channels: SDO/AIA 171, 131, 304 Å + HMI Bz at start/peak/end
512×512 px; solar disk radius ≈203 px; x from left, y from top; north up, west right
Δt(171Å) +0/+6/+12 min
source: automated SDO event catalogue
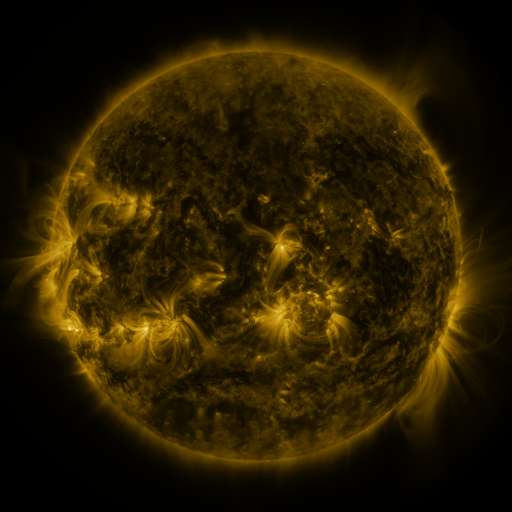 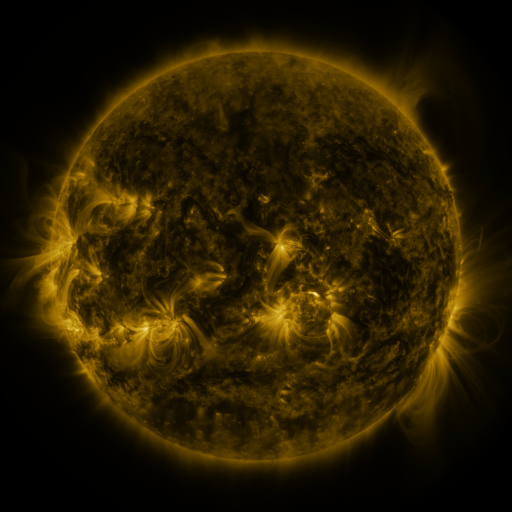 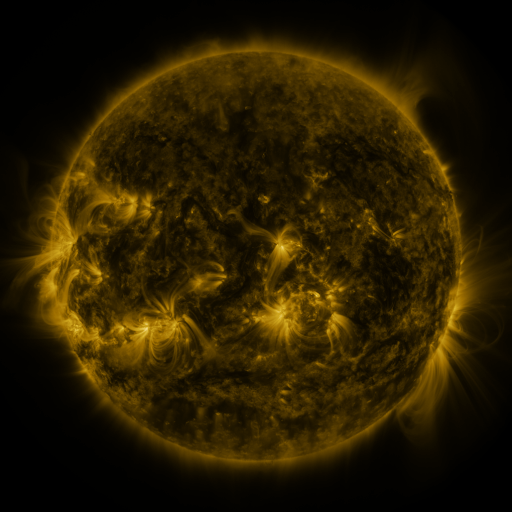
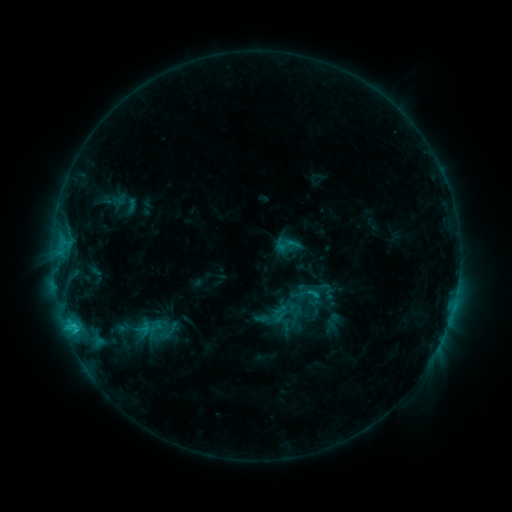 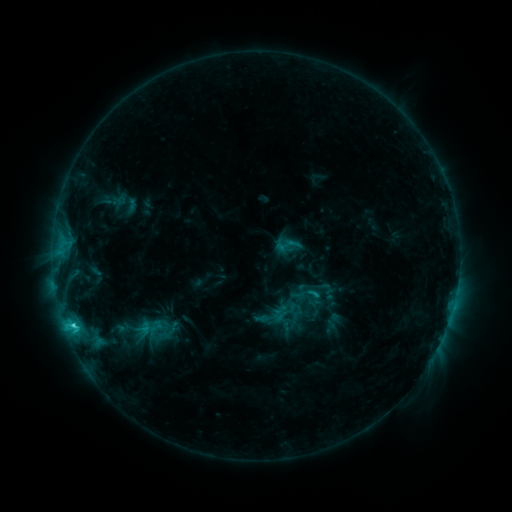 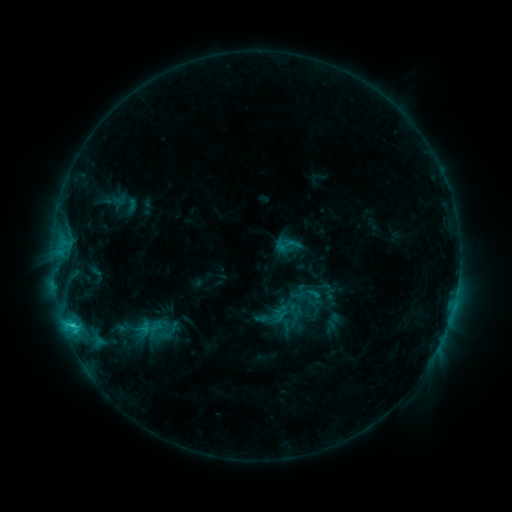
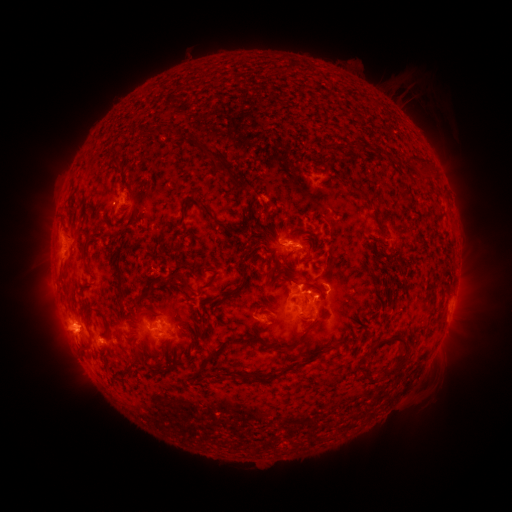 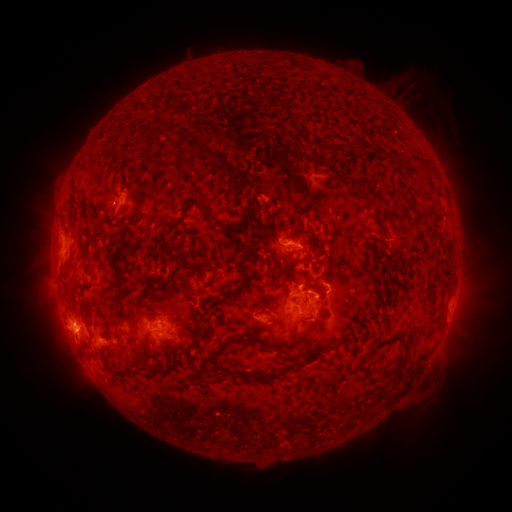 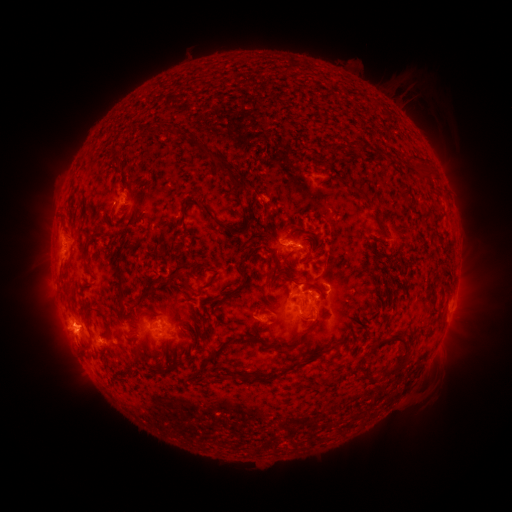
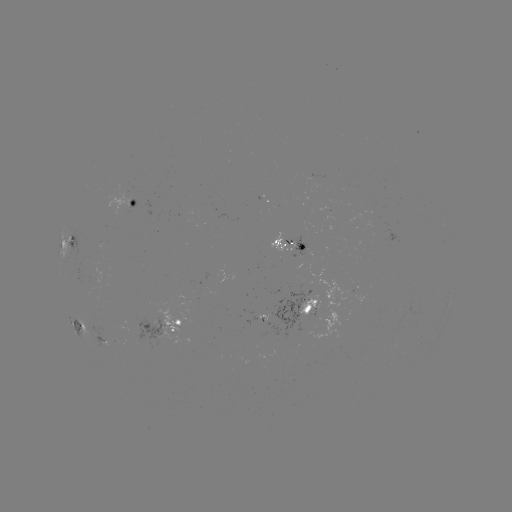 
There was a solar flare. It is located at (73, 323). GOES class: C2.8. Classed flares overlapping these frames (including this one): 1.